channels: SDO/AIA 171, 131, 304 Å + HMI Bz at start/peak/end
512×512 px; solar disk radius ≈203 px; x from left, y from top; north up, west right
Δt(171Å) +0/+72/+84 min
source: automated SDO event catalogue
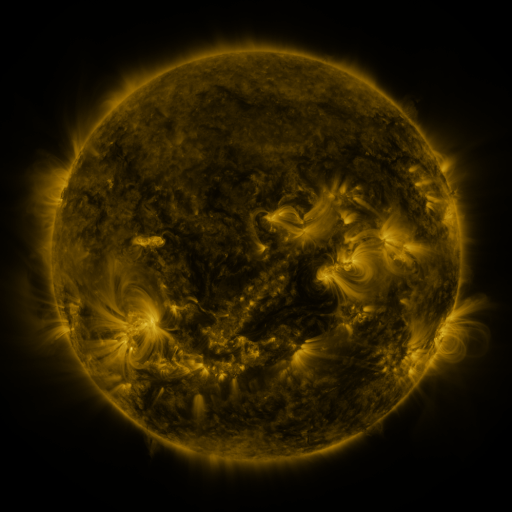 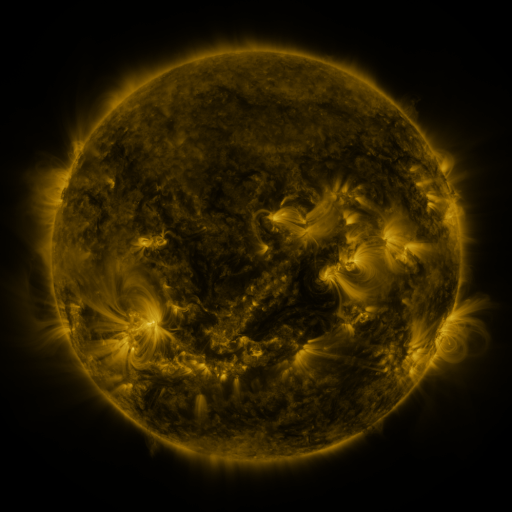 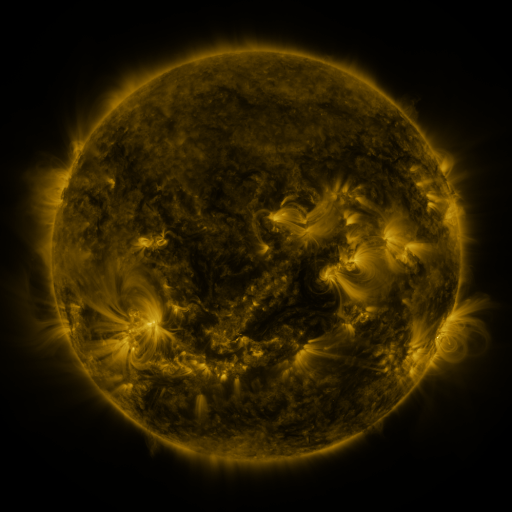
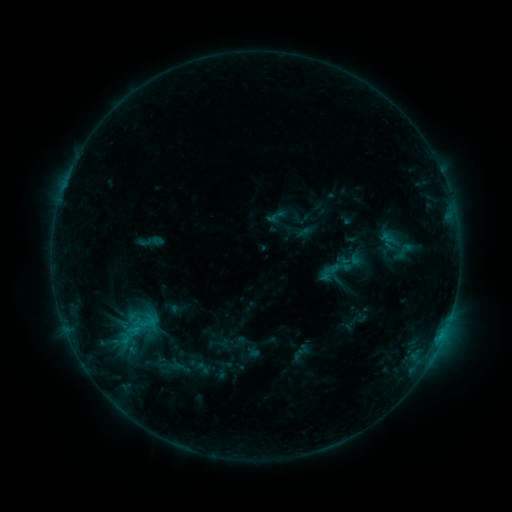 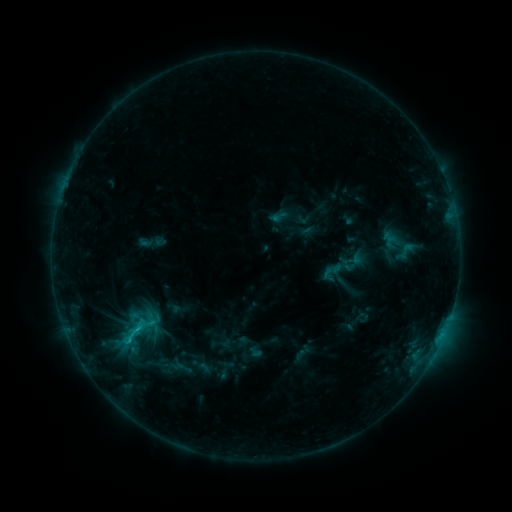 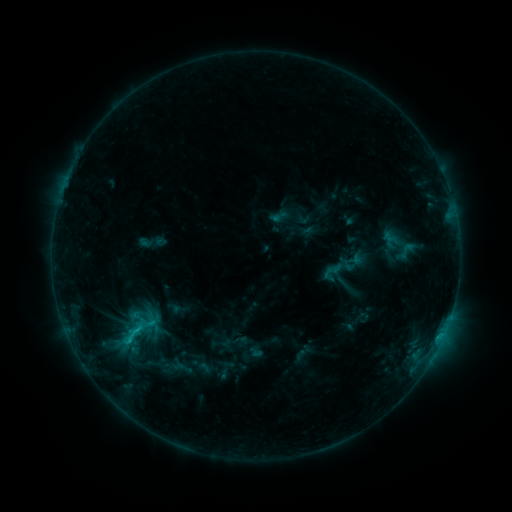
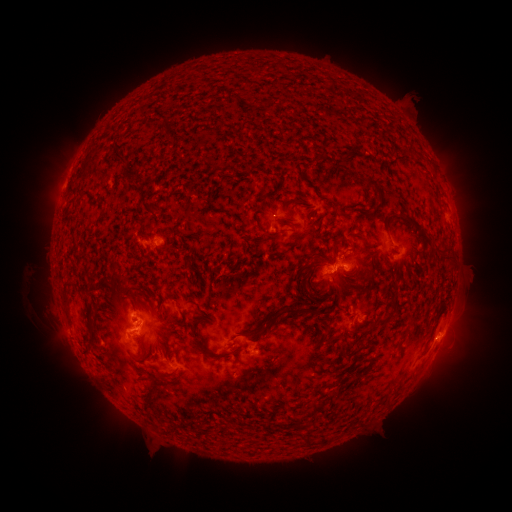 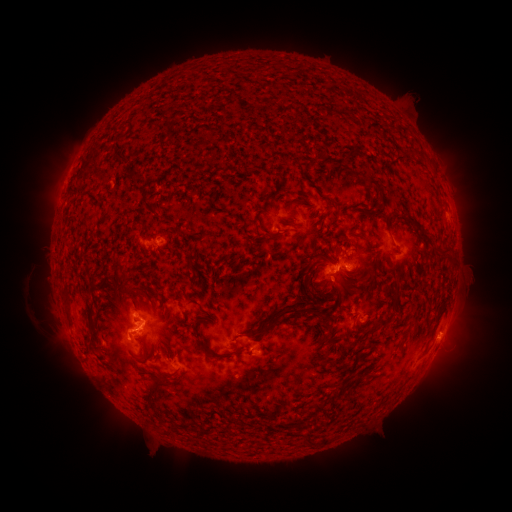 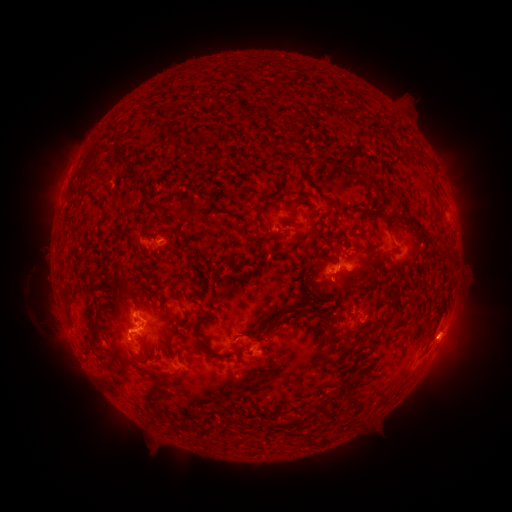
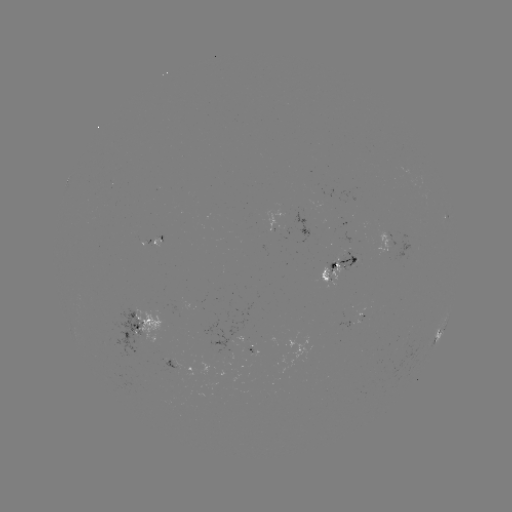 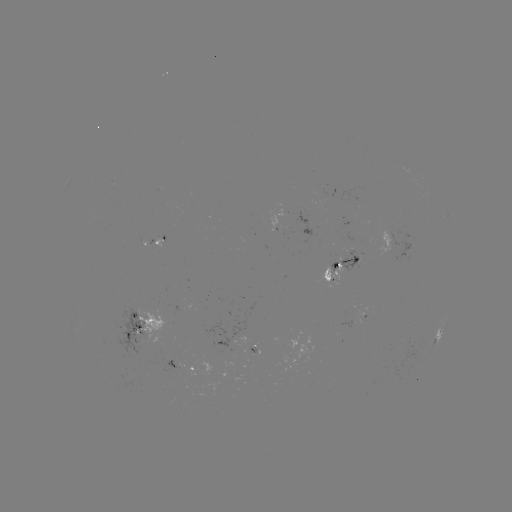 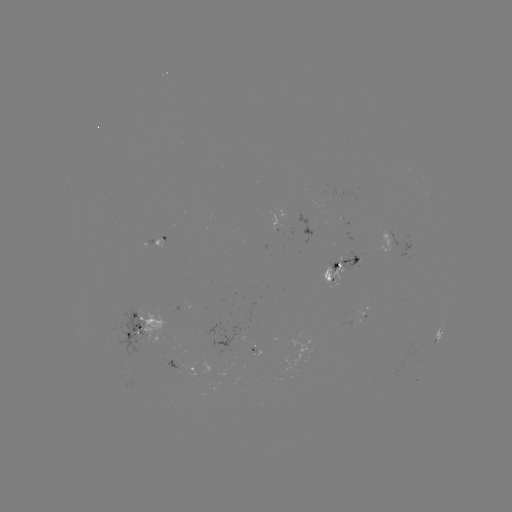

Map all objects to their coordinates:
emerging-flux region: (250, 355)
